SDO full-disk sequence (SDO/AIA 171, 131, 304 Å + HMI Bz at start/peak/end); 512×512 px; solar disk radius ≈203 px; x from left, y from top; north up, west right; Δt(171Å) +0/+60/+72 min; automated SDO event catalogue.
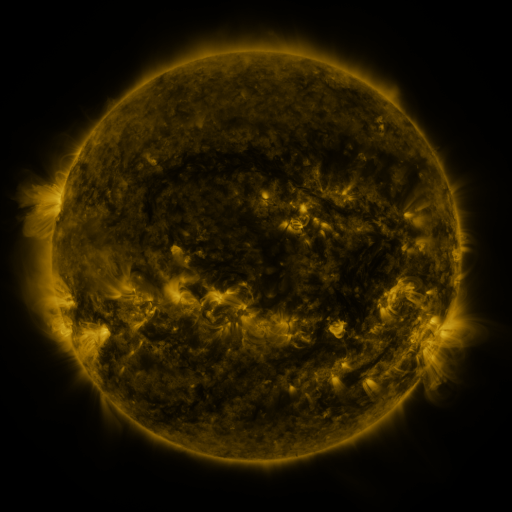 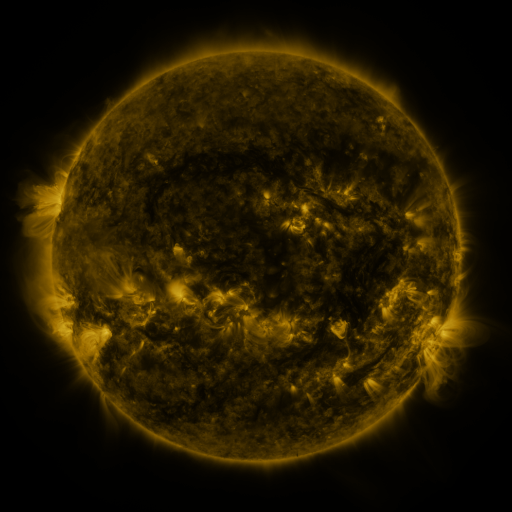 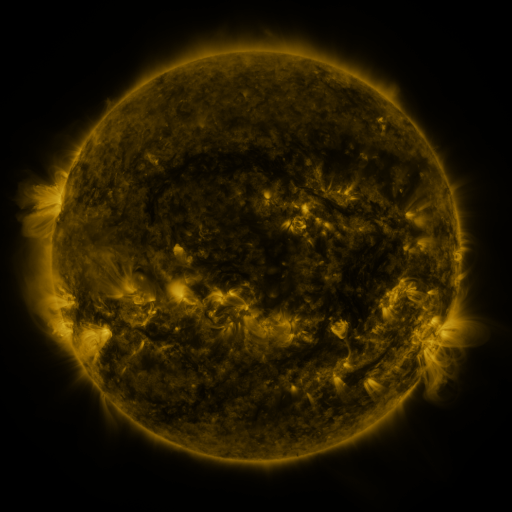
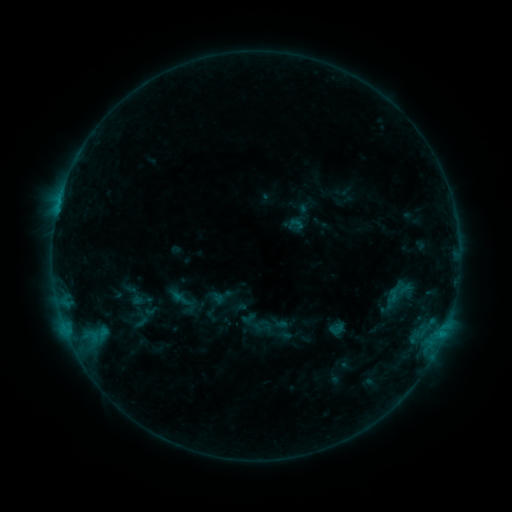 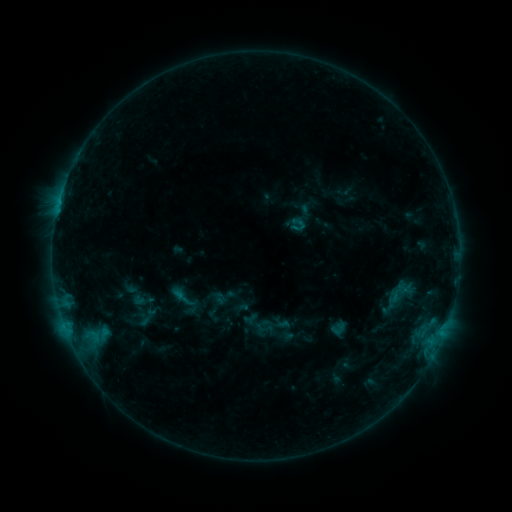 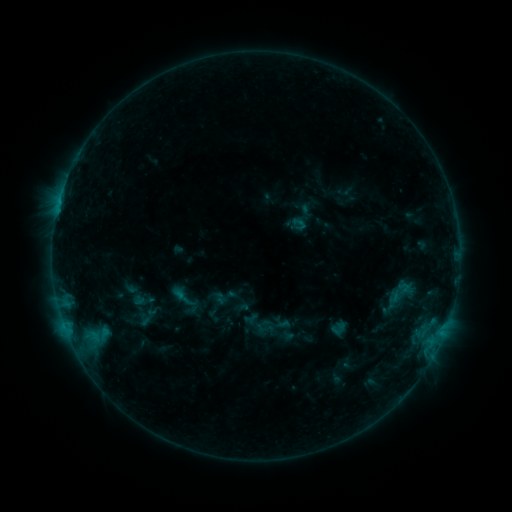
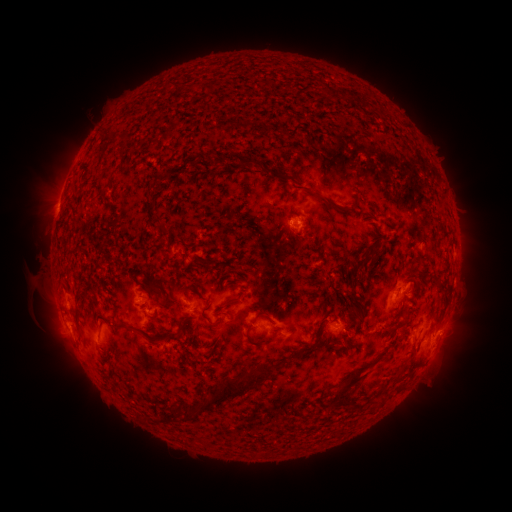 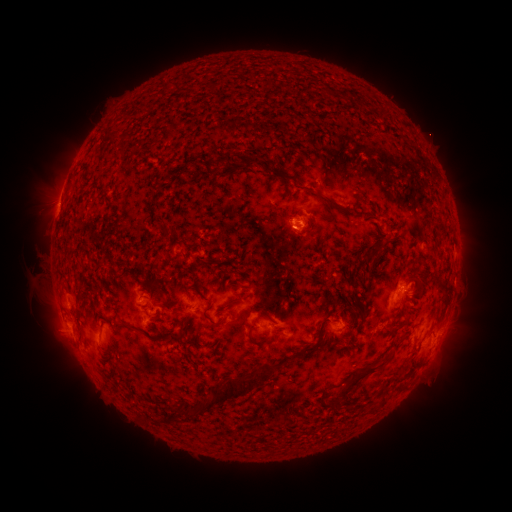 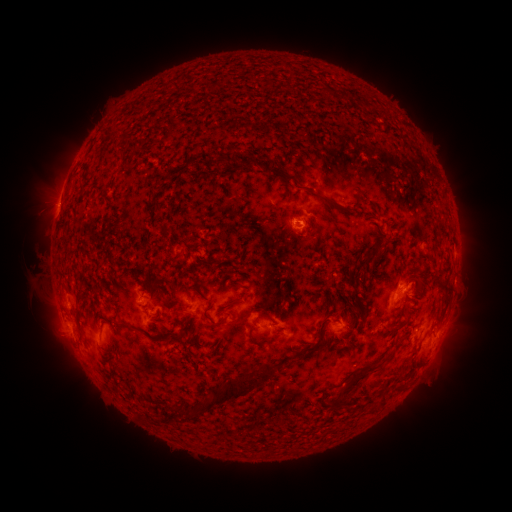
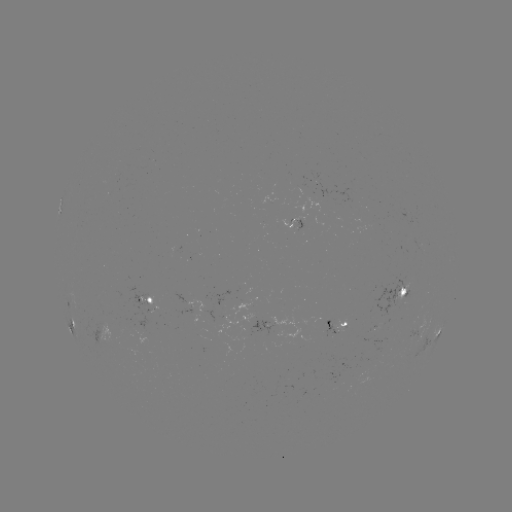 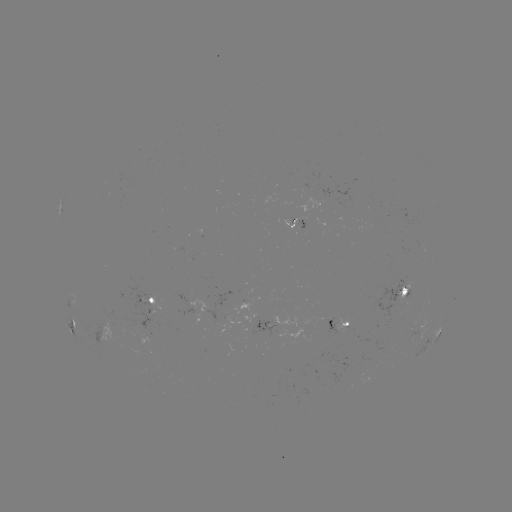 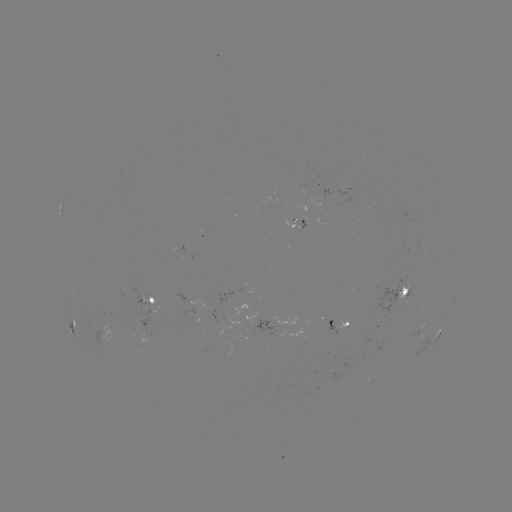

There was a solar emerging-flux region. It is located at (305, 220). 